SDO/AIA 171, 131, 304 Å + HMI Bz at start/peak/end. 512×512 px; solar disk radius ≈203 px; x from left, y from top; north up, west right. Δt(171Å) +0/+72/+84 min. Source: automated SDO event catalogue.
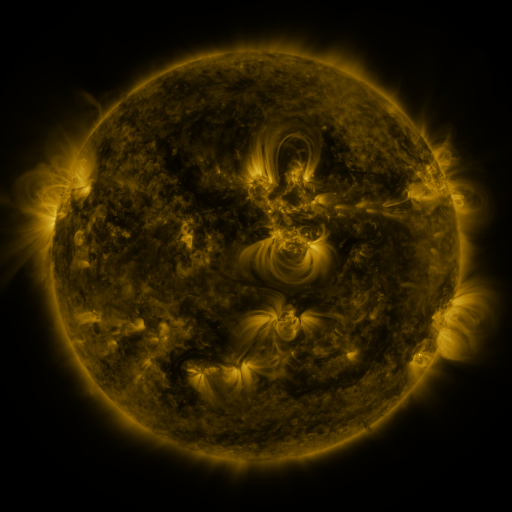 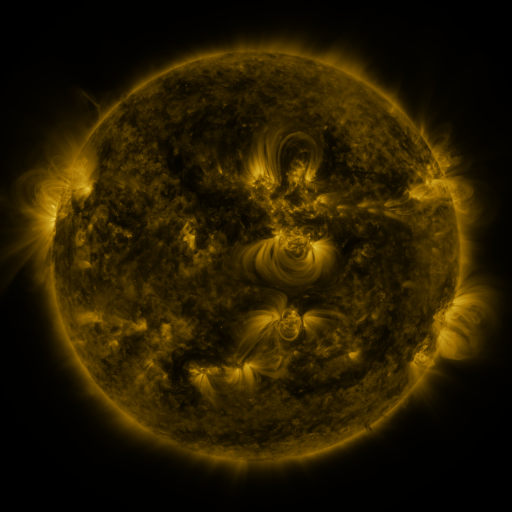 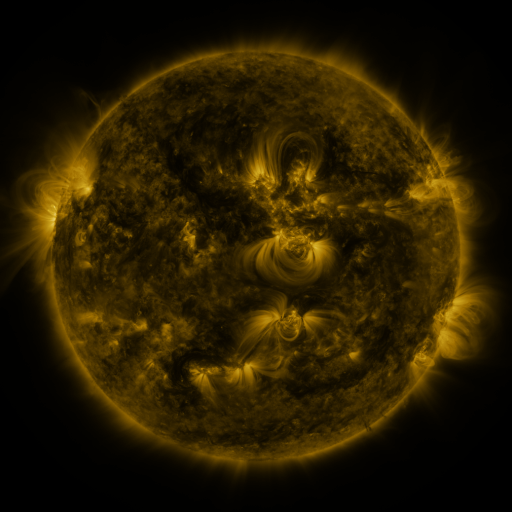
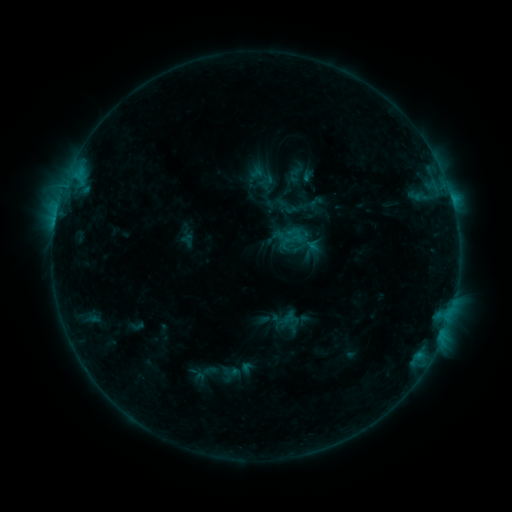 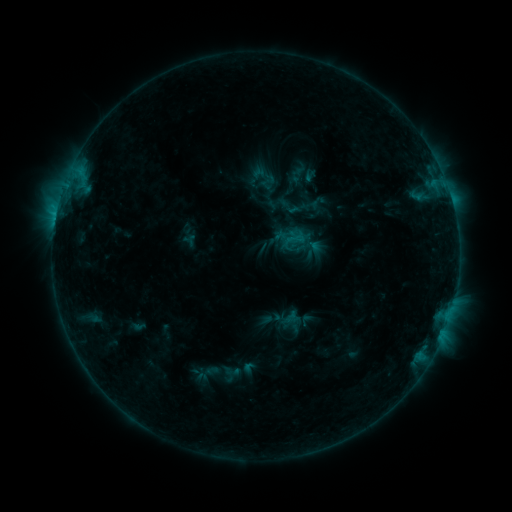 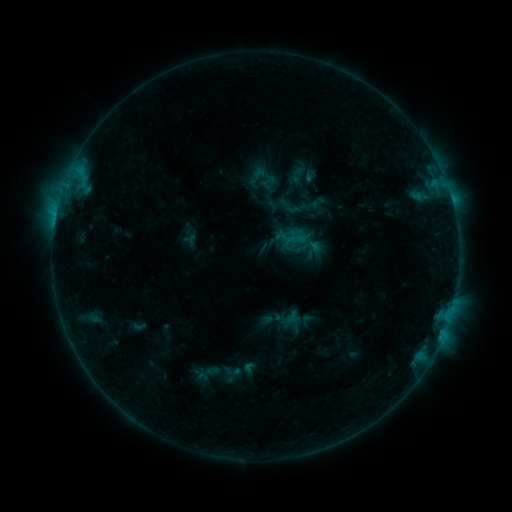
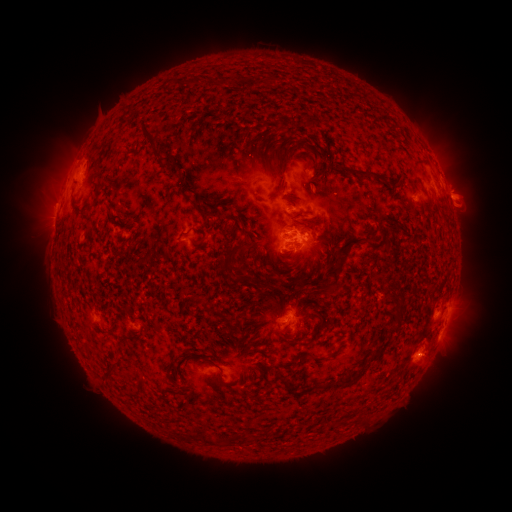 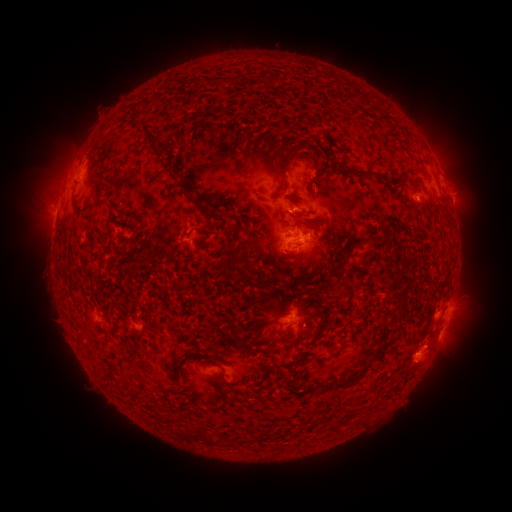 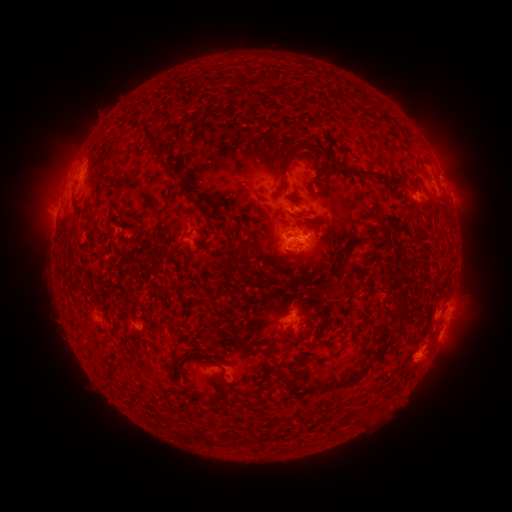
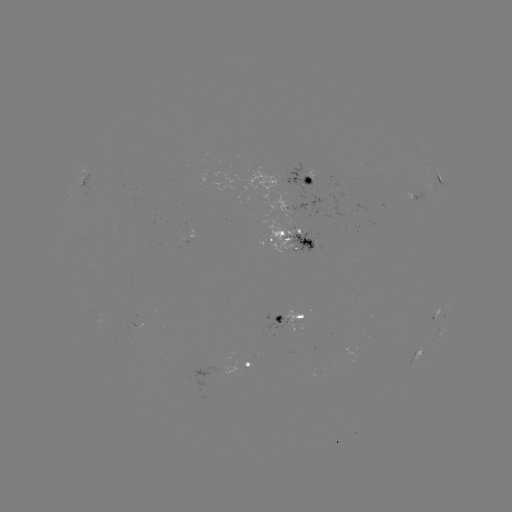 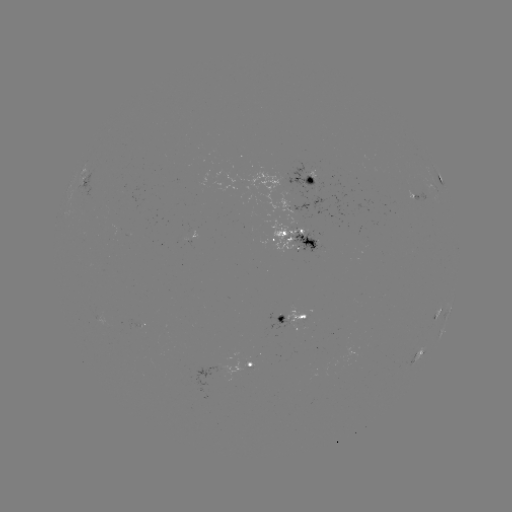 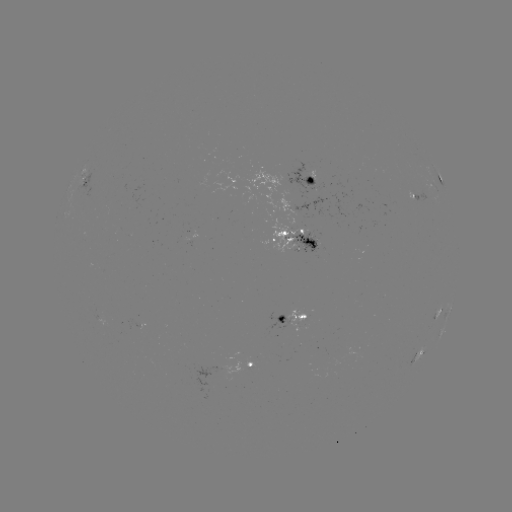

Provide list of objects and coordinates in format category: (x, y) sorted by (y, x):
emerging-flux region: (219, 365)
